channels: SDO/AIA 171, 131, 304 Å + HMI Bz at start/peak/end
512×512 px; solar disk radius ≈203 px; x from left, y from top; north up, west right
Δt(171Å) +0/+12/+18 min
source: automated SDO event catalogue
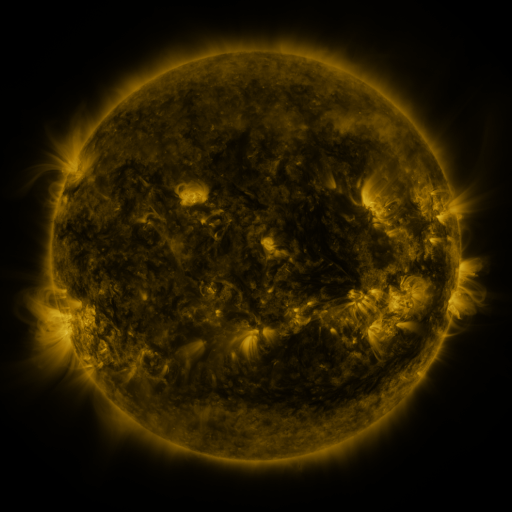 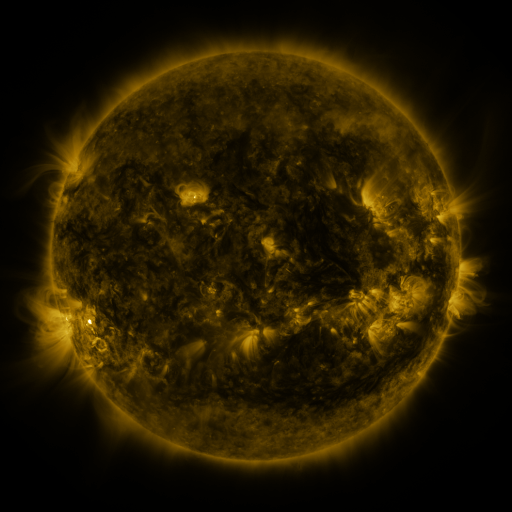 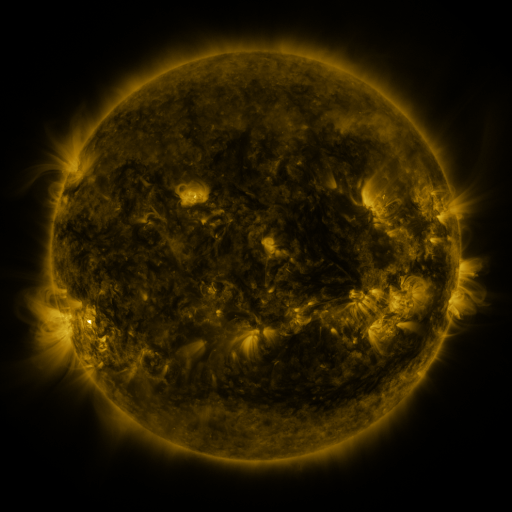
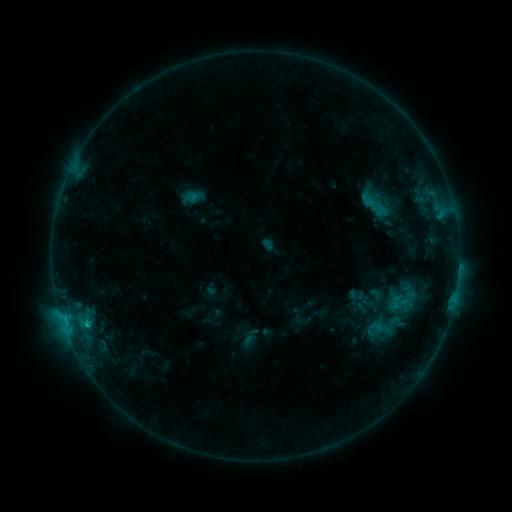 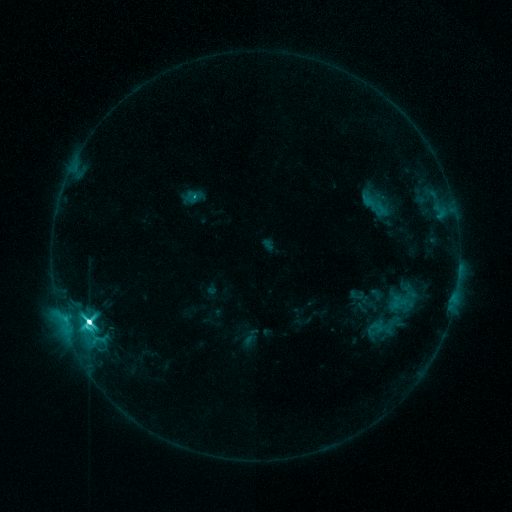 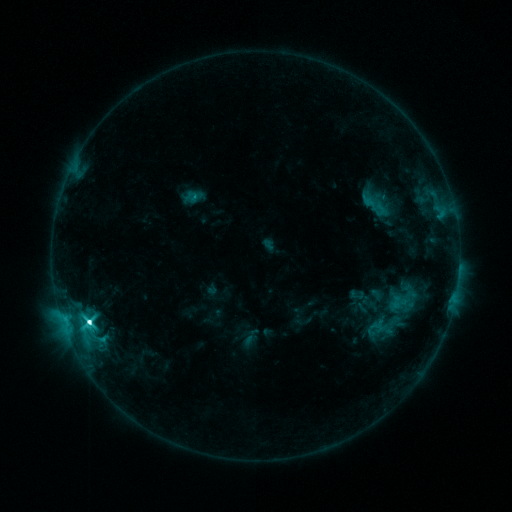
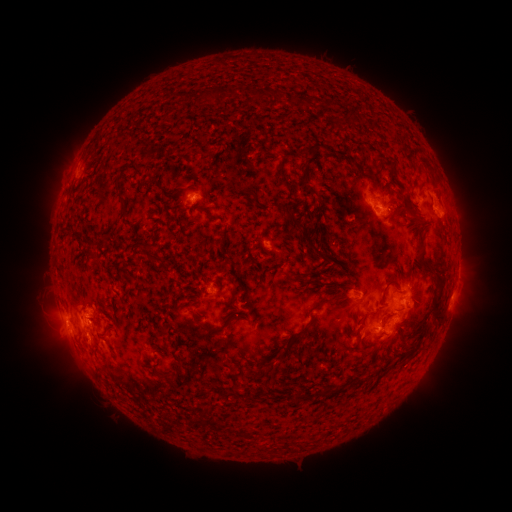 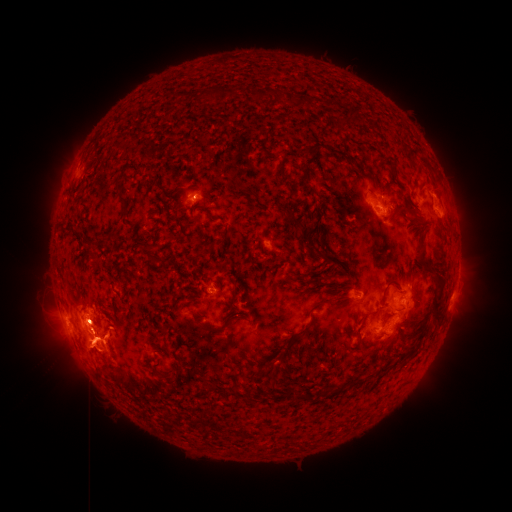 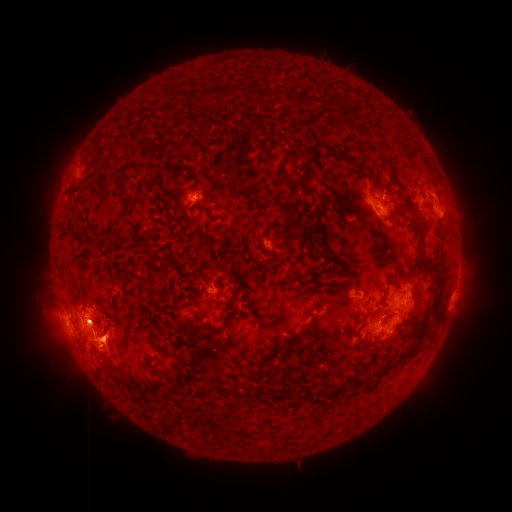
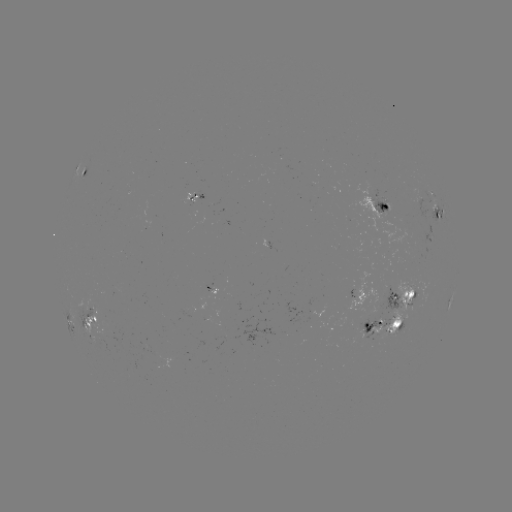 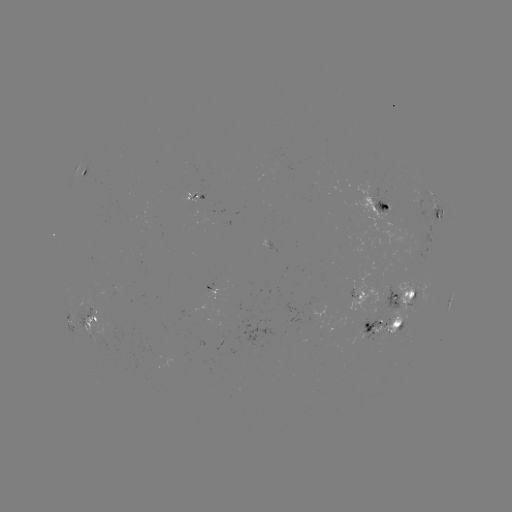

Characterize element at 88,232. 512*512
eruption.